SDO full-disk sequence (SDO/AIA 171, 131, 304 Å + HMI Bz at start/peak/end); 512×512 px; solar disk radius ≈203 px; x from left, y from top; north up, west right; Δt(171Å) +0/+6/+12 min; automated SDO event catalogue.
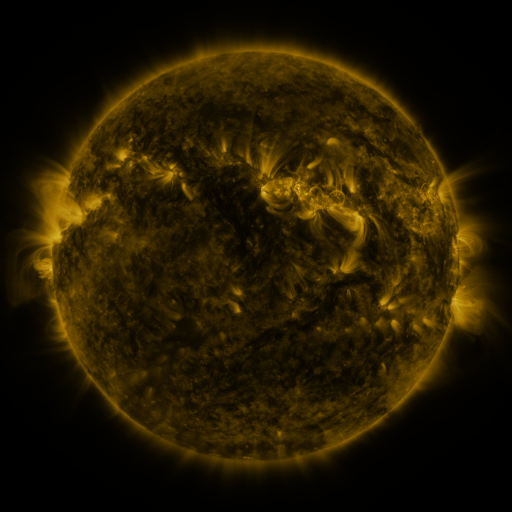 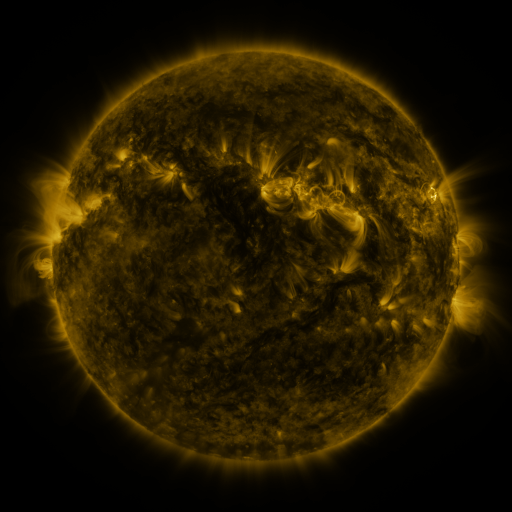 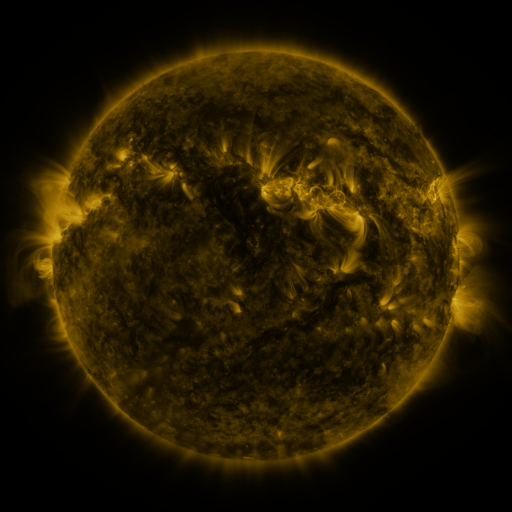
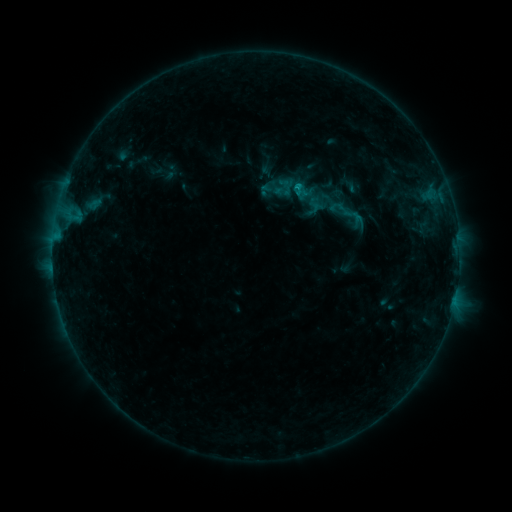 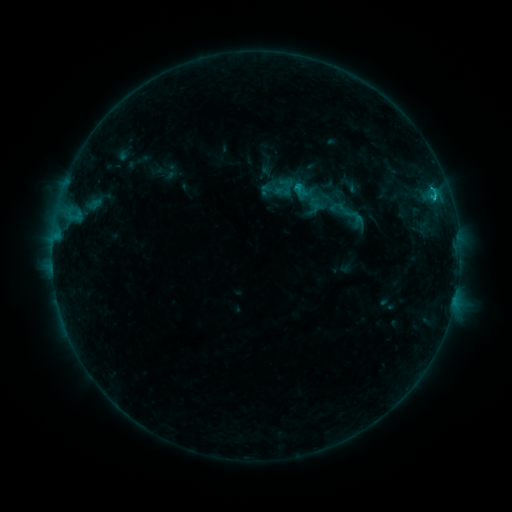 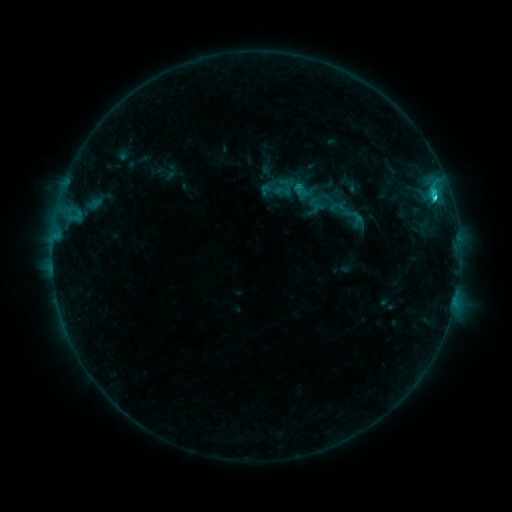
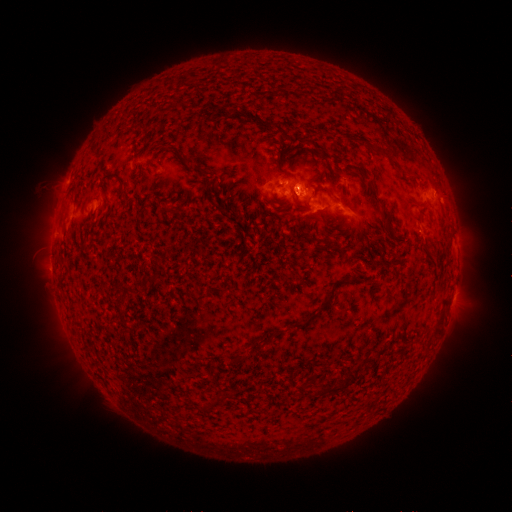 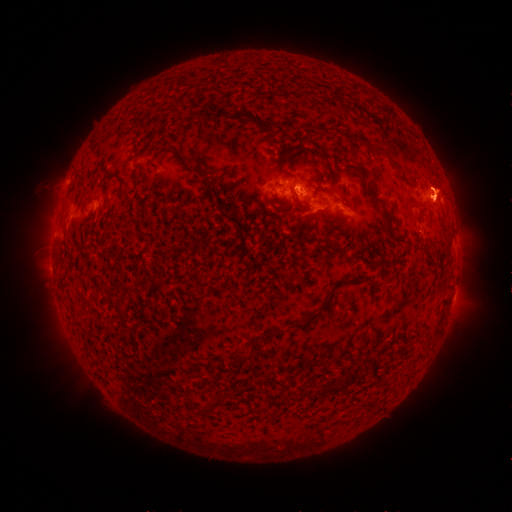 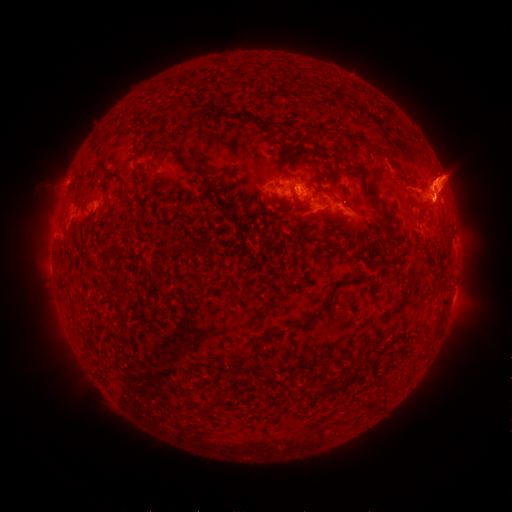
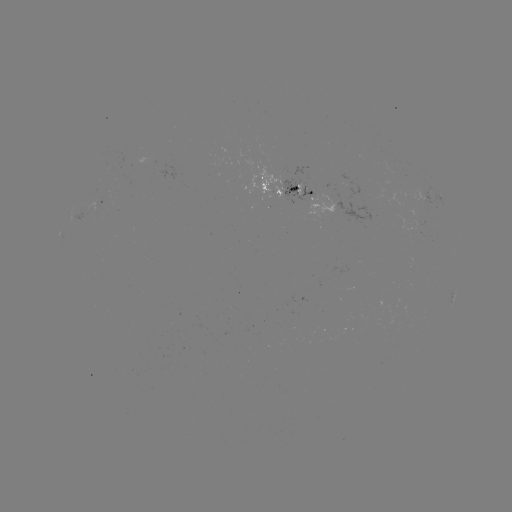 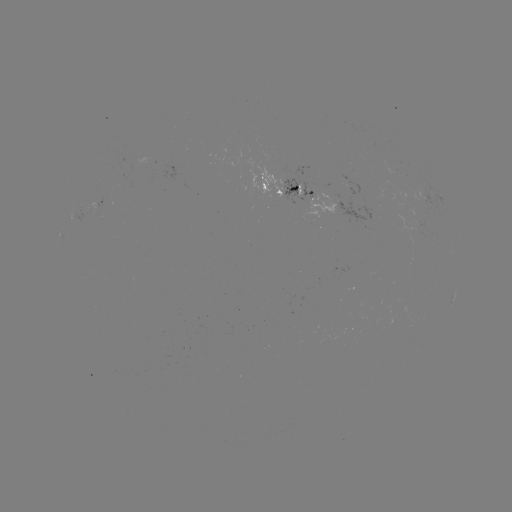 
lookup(eruption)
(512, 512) [441, 187]